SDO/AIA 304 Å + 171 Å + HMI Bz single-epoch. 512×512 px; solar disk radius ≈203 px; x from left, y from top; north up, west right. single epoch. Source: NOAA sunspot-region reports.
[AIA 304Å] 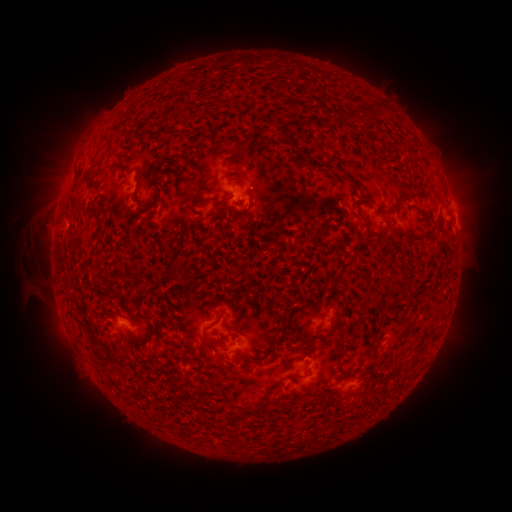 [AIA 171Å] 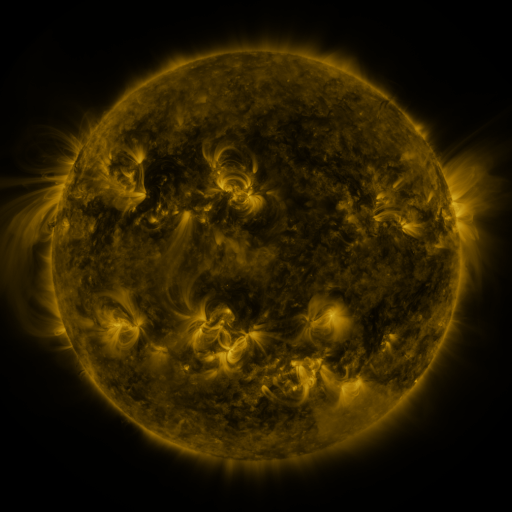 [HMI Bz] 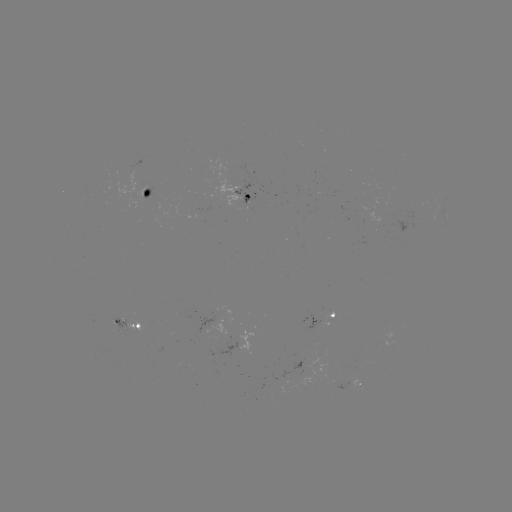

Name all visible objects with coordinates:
spotted active region: (147, 197)
spotted active region: (249, 197)
spotted active region: (444, 210)
spotted active region: (455, 217)
spotted active region: (331, 315)
spotted active region: (132, 328)
spotted active region: (360, 384)
